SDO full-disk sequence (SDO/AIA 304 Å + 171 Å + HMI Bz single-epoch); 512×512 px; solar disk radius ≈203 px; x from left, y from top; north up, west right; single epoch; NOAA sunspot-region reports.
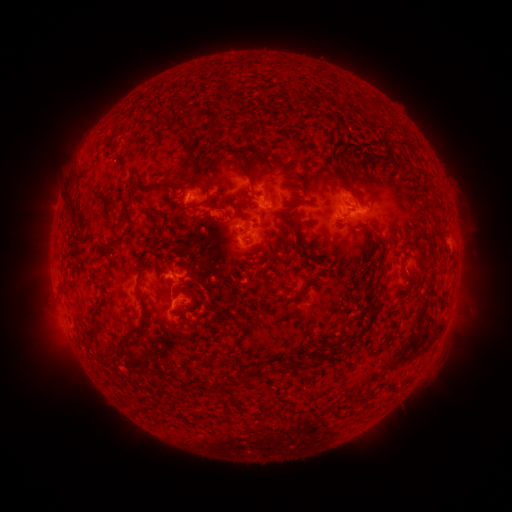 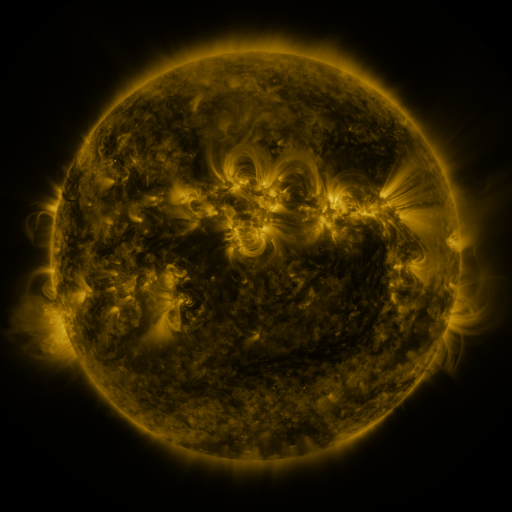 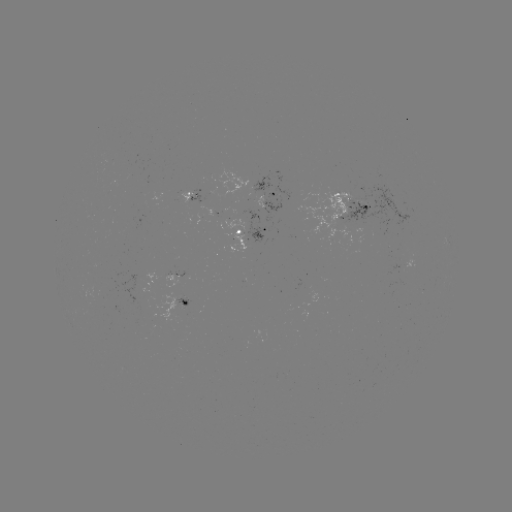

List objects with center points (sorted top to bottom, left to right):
spotted active region: (192, 197)
spotted active region: (269, 197)
spotted active region: (357, 204)
spotted active region: (259, 235)
spotted active region: (173, 282)
spotted active region: (181, 303)
